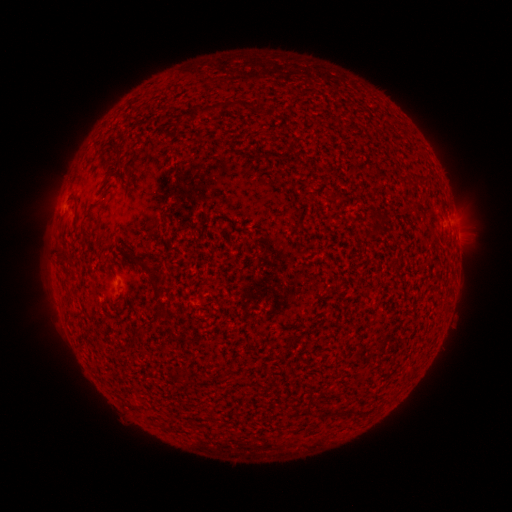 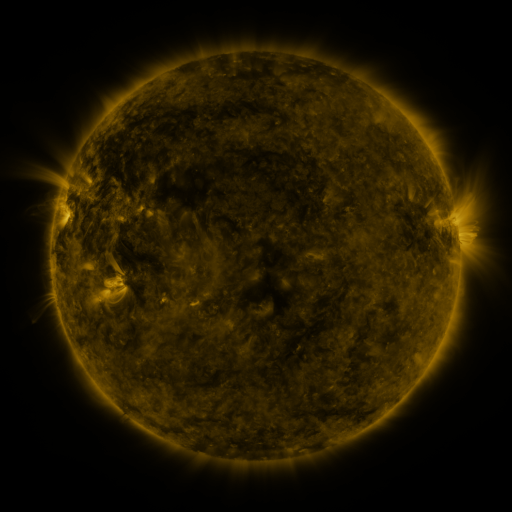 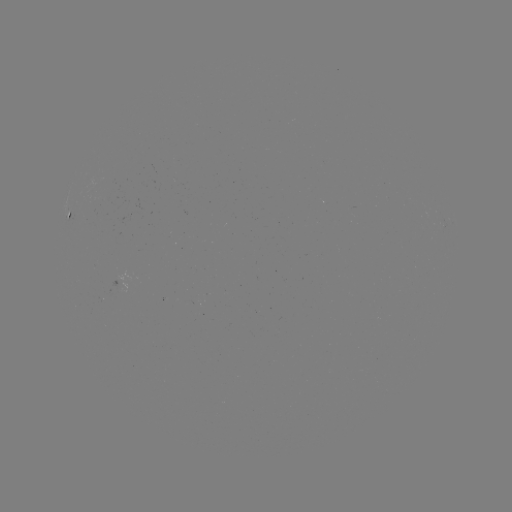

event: spotted active region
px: (68, 214)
